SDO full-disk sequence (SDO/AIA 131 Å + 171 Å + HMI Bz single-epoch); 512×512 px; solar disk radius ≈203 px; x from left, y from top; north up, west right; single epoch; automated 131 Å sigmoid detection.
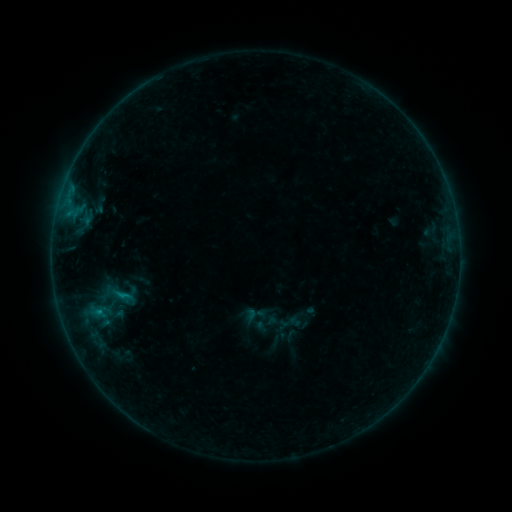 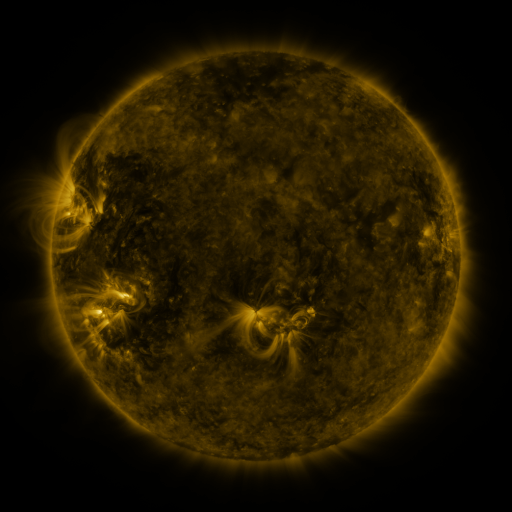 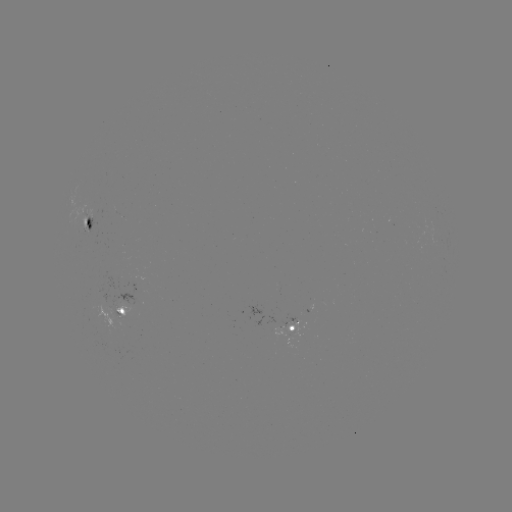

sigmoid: (243, 303, 266, 326)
